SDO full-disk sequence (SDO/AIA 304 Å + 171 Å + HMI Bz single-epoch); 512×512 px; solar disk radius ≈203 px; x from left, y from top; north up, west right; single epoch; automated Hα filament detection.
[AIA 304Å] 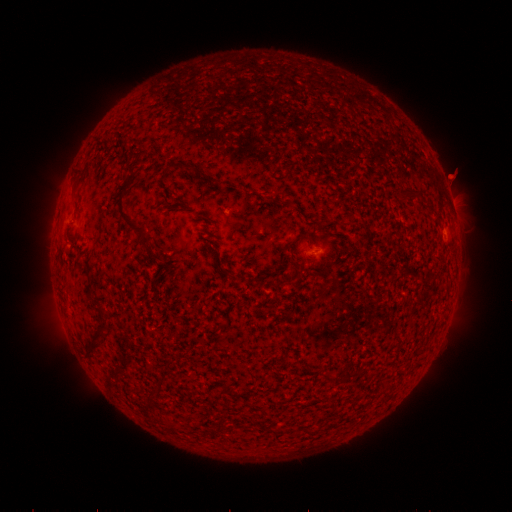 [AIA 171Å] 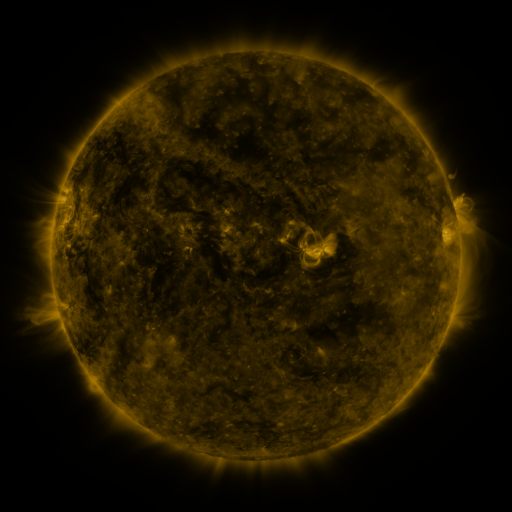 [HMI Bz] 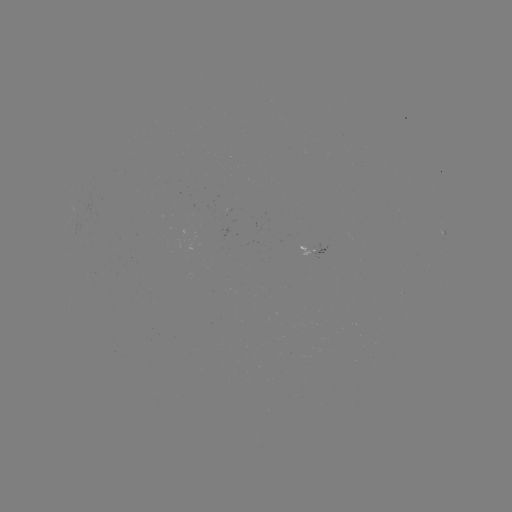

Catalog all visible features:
filament: (136, 153)
filament: (187, 167)
filament: (121, 206)
filament: (145, 243)
filament: (95, 339)
filament: (347, 376)
